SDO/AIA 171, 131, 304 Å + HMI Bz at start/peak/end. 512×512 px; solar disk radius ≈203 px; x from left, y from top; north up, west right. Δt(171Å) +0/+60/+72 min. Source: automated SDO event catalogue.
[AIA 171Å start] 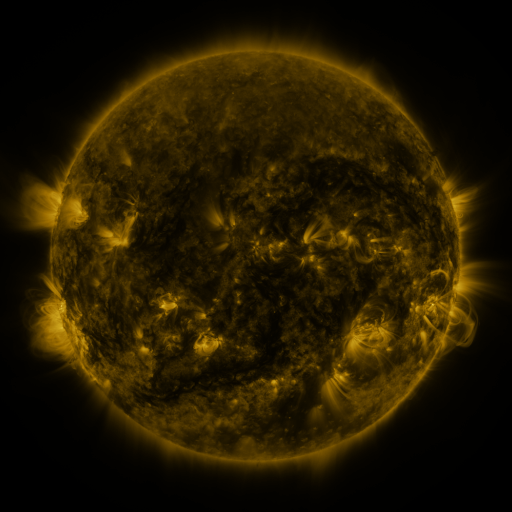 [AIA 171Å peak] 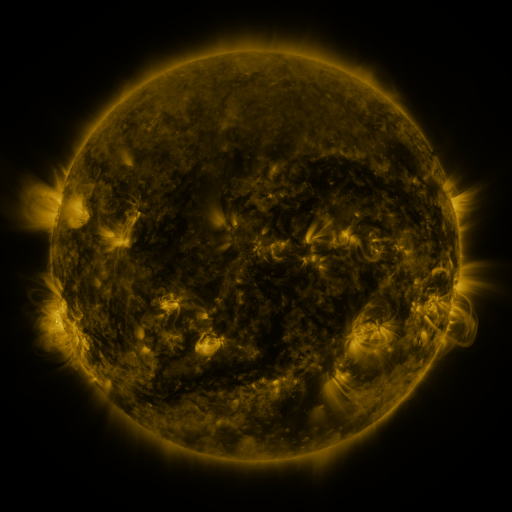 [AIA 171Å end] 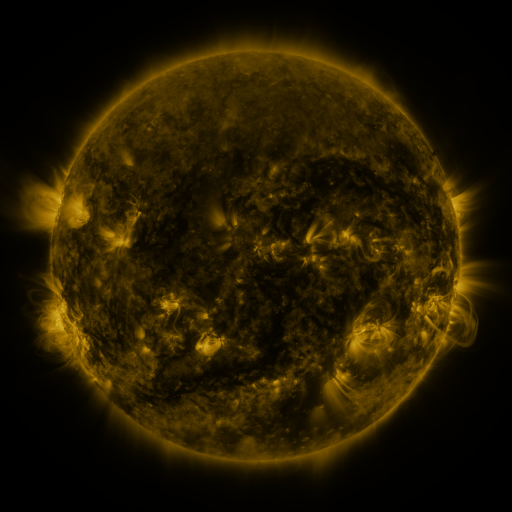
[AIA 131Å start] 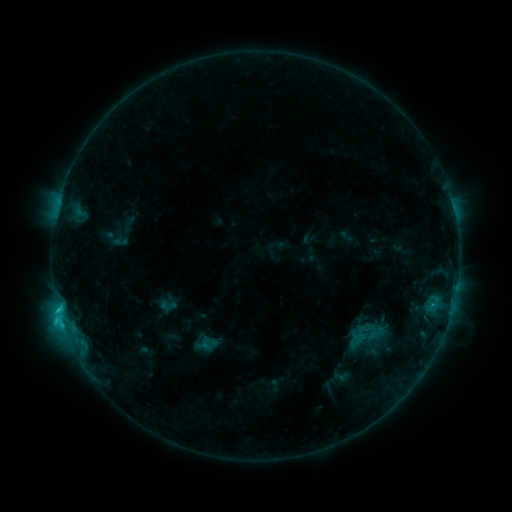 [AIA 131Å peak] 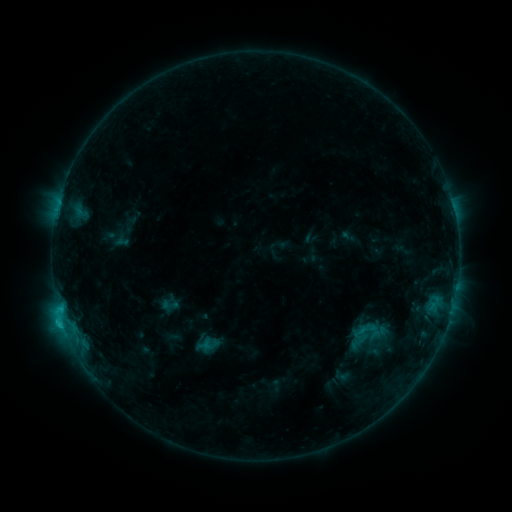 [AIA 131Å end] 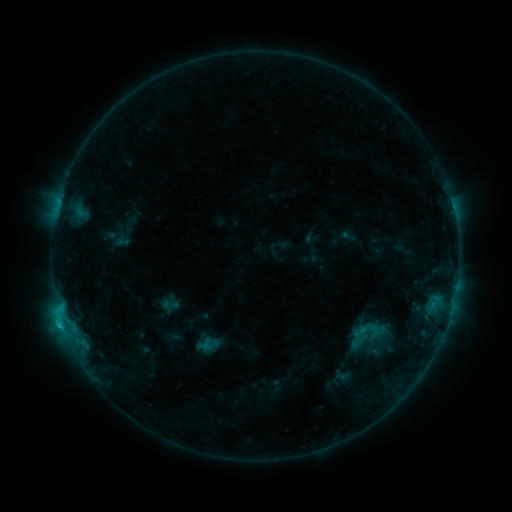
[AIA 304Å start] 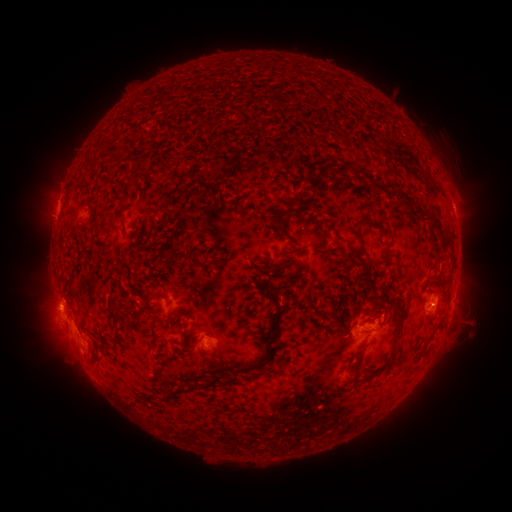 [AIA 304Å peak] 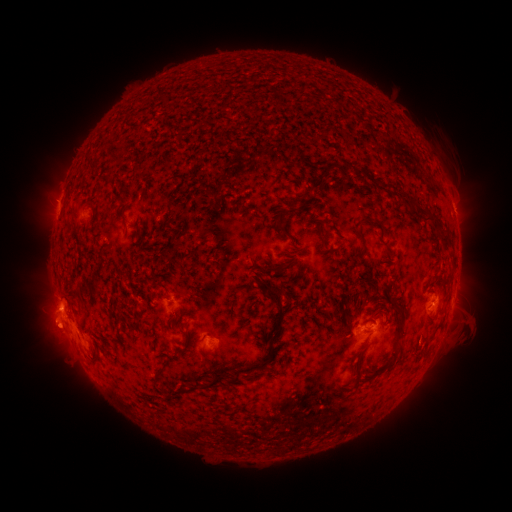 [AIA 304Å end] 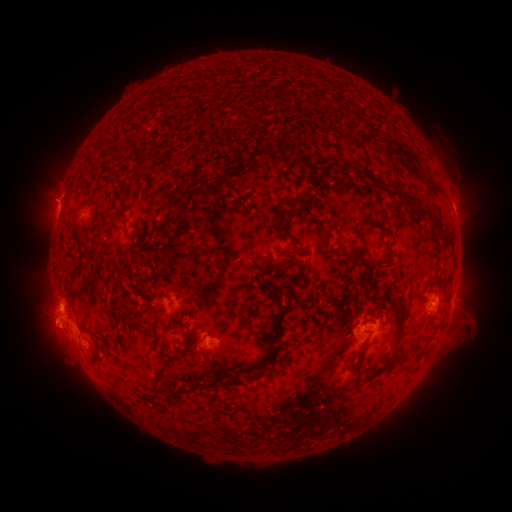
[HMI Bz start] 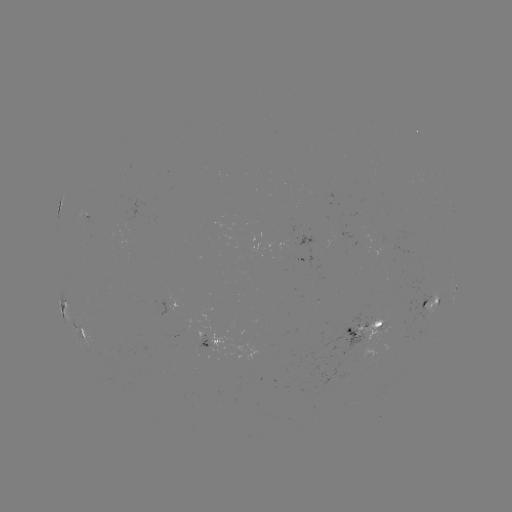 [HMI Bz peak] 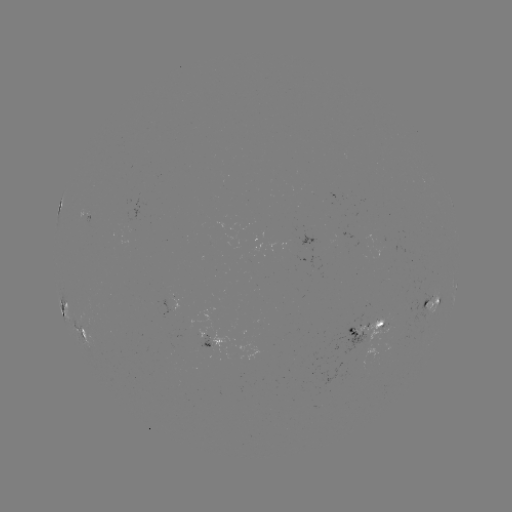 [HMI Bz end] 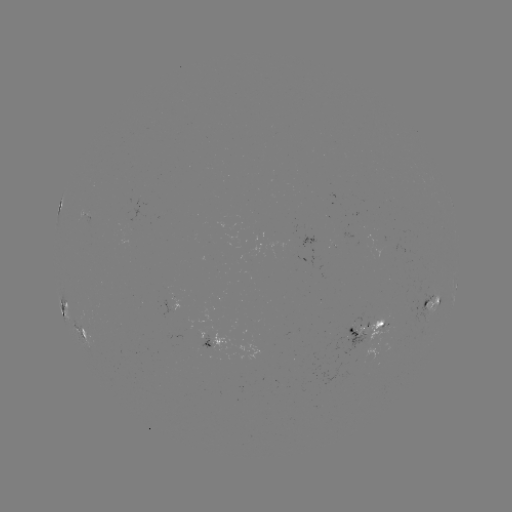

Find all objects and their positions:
emerging-flux region: (369, 322)
